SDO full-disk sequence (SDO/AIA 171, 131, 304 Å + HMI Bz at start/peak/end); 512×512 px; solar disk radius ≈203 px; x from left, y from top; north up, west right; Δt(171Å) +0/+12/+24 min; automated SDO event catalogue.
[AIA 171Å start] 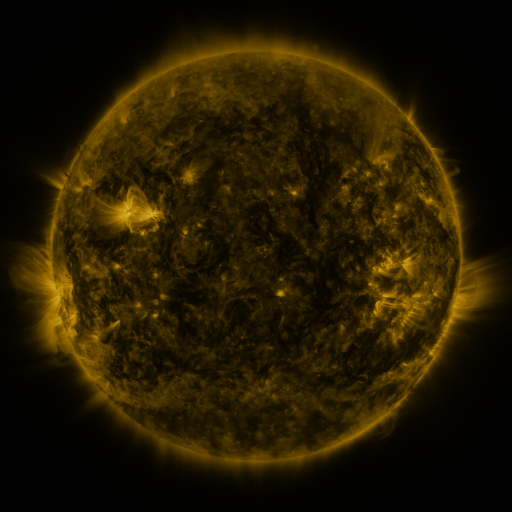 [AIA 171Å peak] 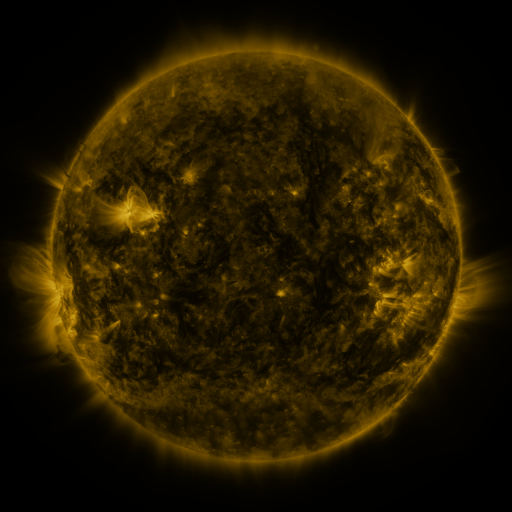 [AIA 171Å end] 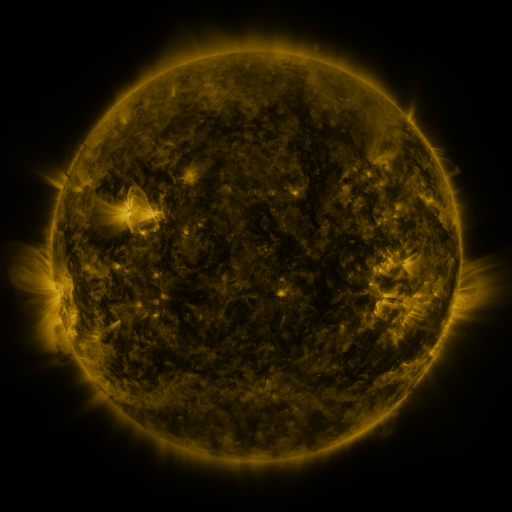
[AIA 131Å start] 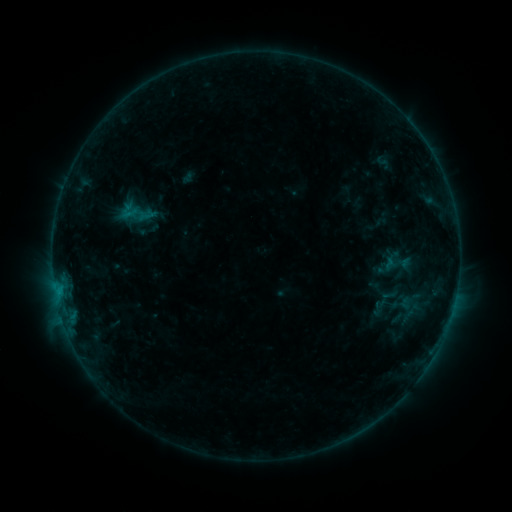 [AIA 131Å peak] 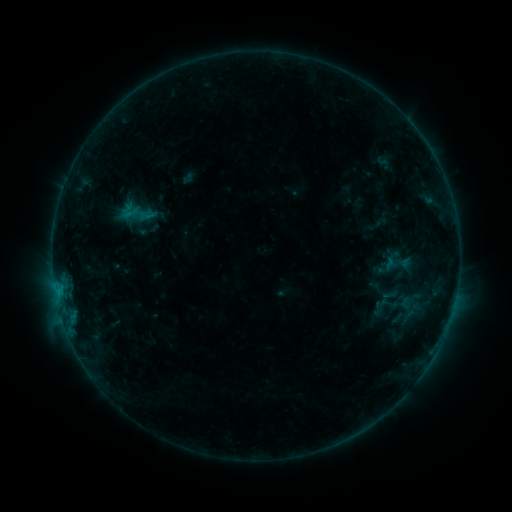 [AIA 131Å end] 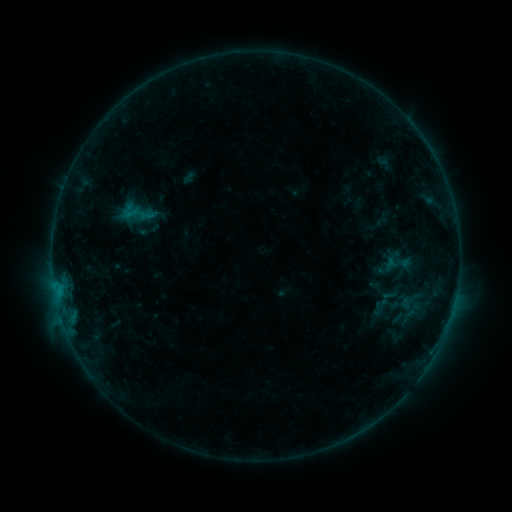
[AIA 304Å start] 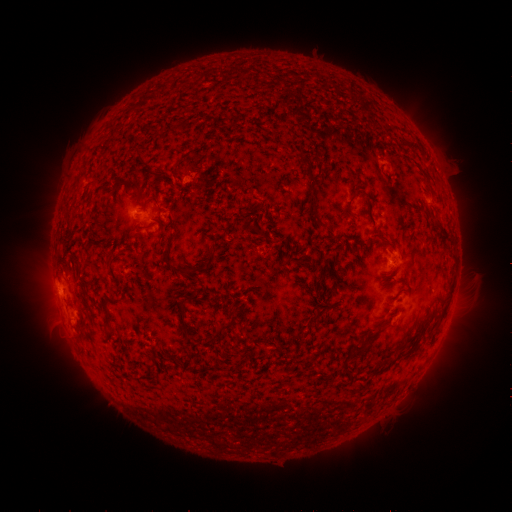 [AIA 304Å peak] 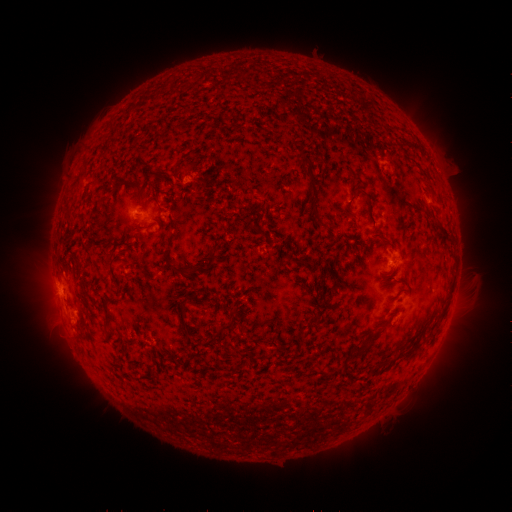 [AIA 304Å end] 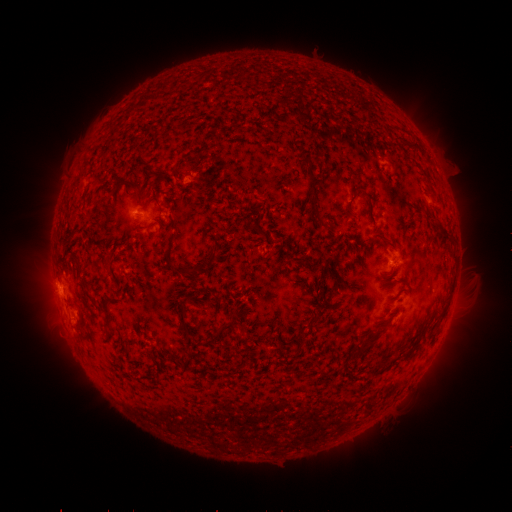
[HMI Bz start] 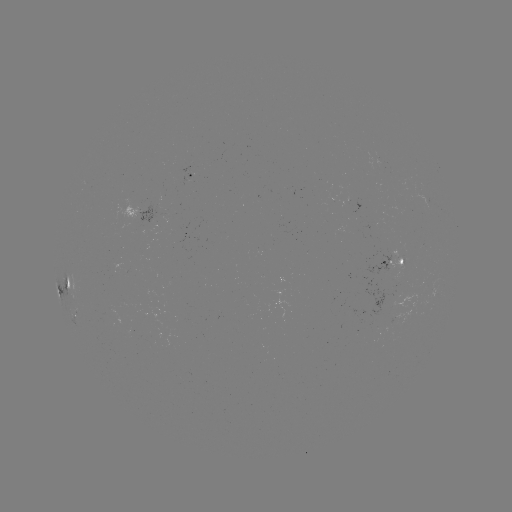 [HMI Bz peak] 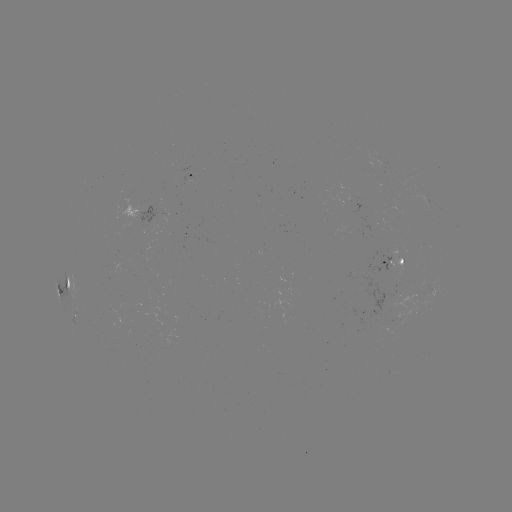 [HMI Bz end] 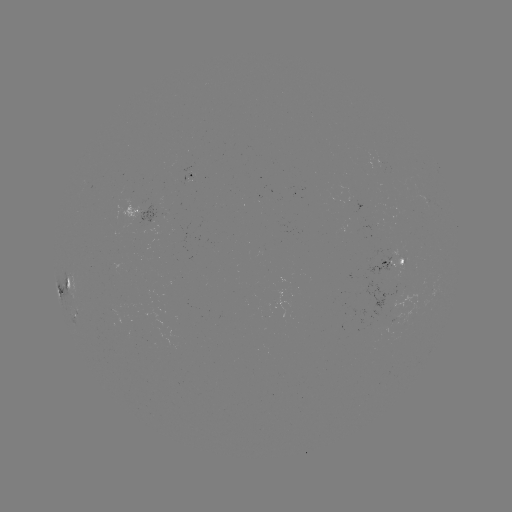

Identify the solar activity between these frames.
no flare in any classed list; no EUV-trigger detection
